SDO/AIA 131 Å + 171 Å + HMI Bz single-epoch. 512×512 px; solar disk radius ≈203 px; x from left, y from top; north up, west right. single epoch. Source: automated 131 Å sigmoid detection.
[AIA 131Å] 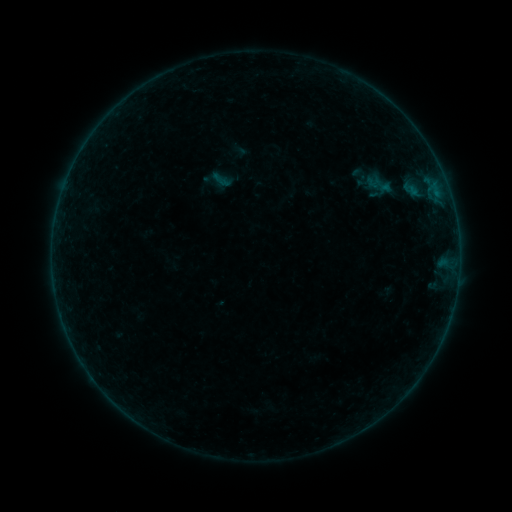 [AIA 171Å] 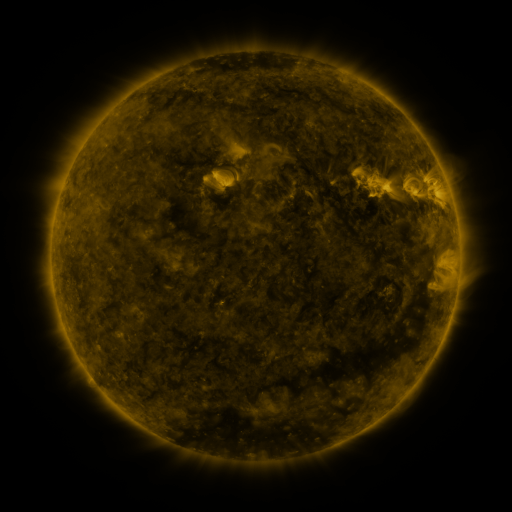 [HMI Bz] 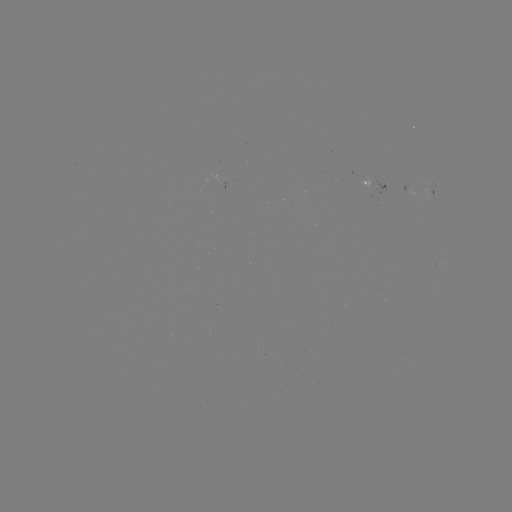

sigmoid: [211, 170, 231, 190]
